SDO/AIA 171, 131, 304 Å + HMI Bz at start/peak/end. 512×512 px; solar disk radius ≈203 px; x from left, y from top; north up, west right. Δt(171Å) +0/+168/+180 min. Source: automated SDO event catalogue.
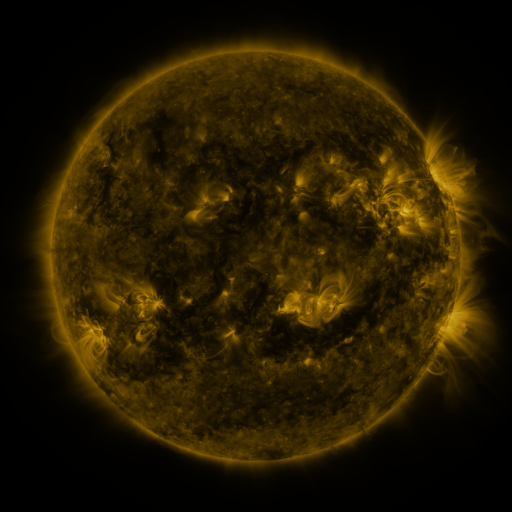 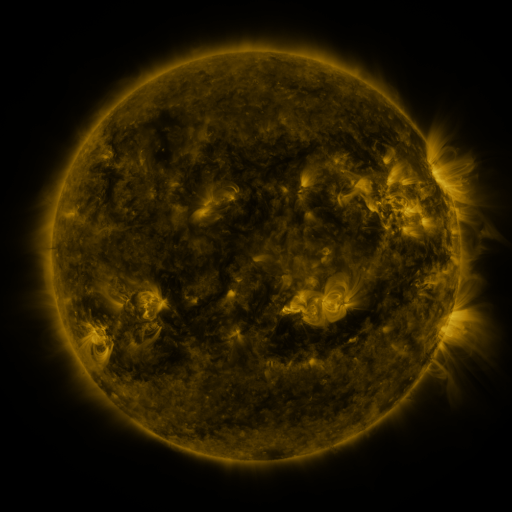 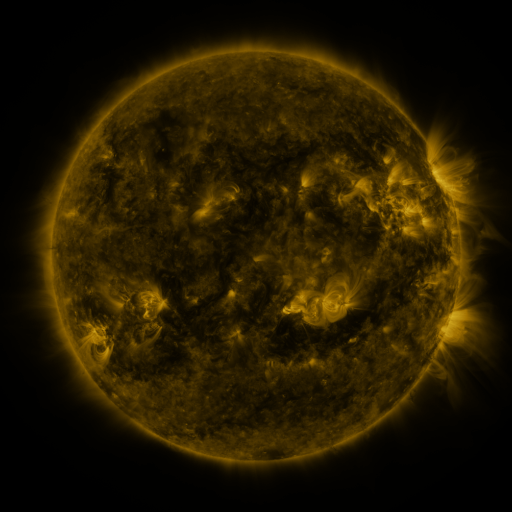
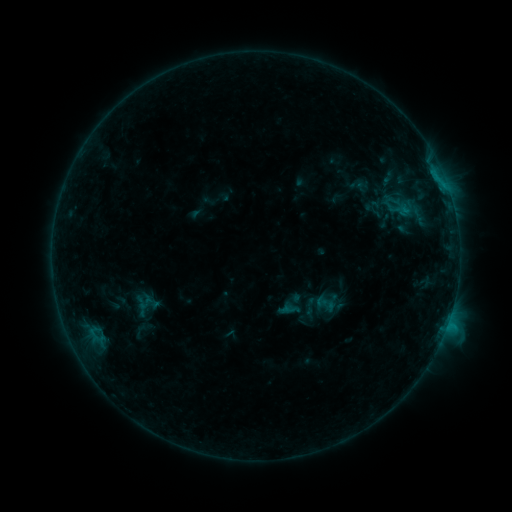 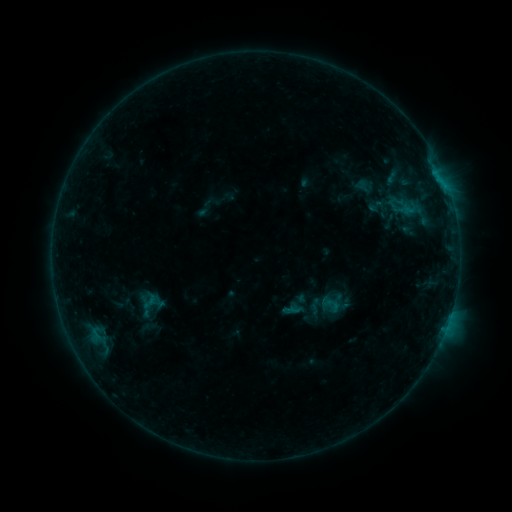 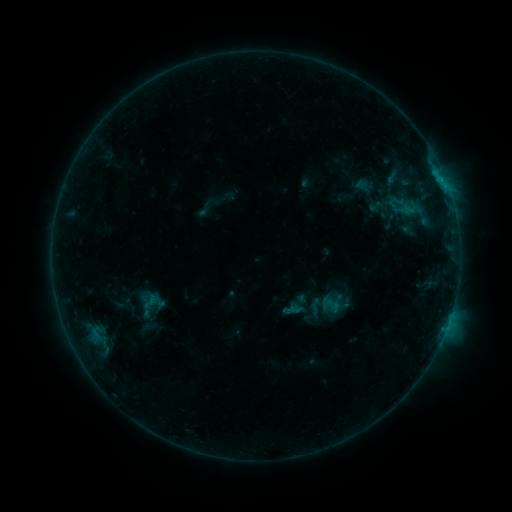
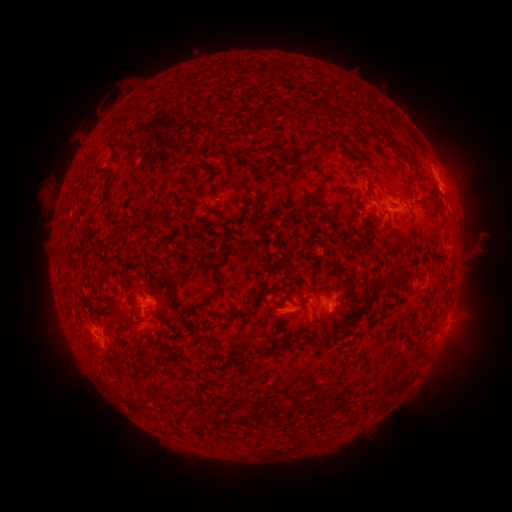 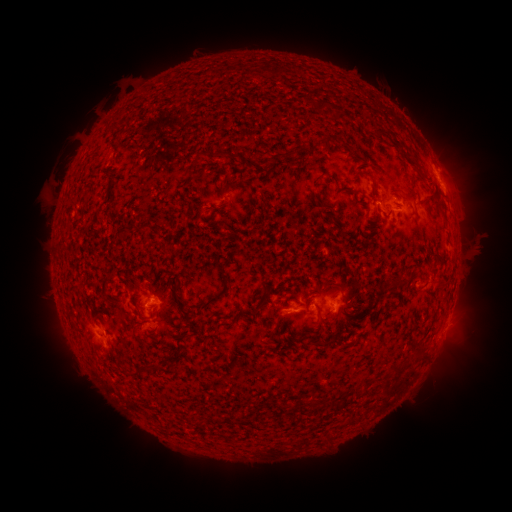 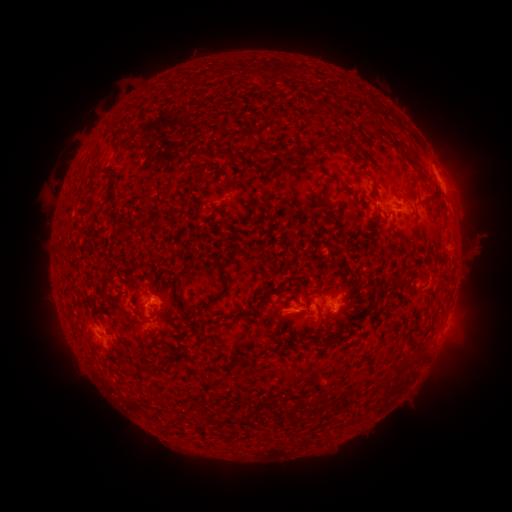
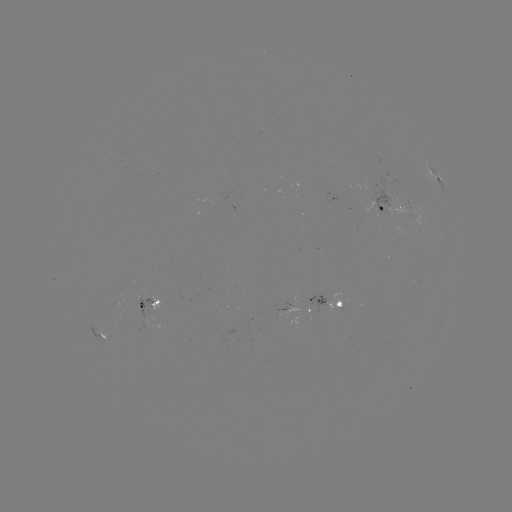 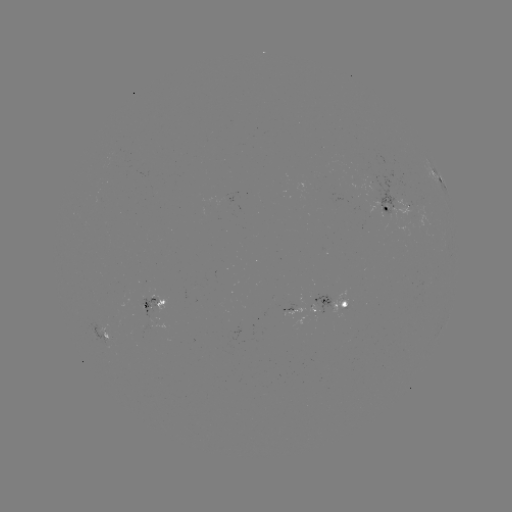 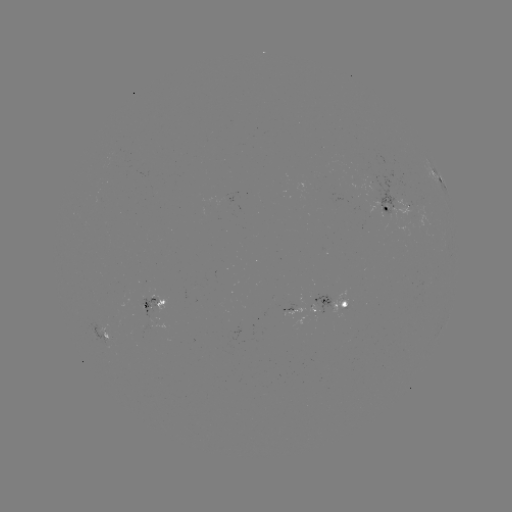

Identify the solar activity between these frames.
emerging-flux region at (383, 203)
